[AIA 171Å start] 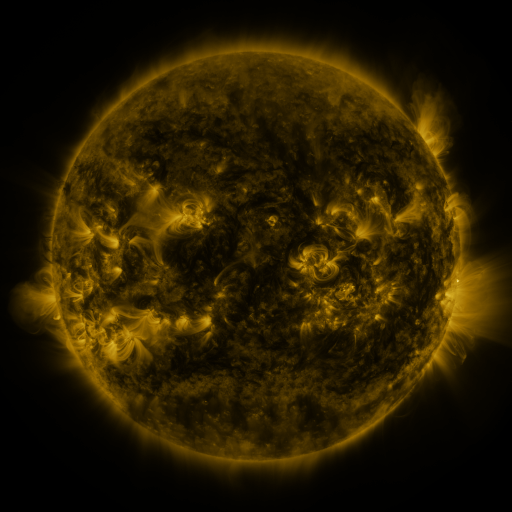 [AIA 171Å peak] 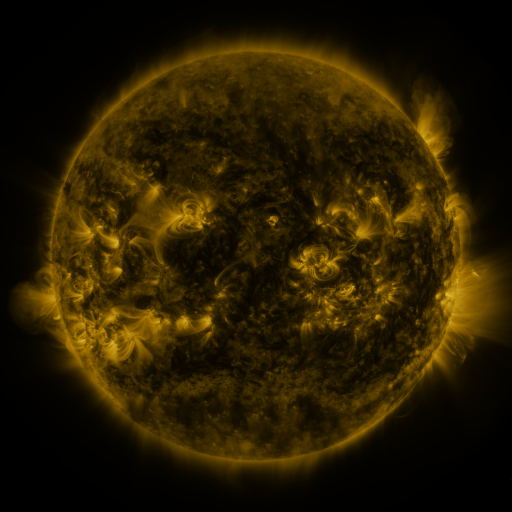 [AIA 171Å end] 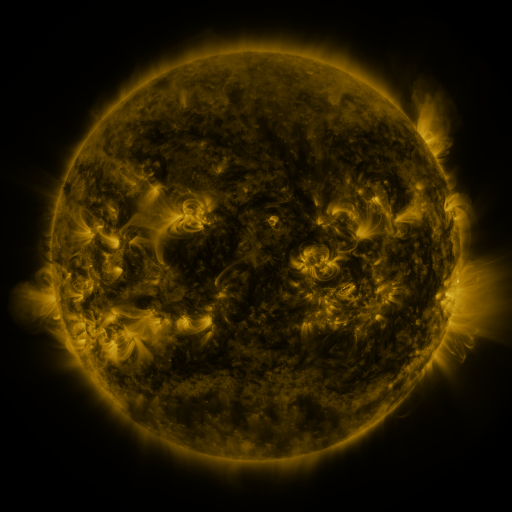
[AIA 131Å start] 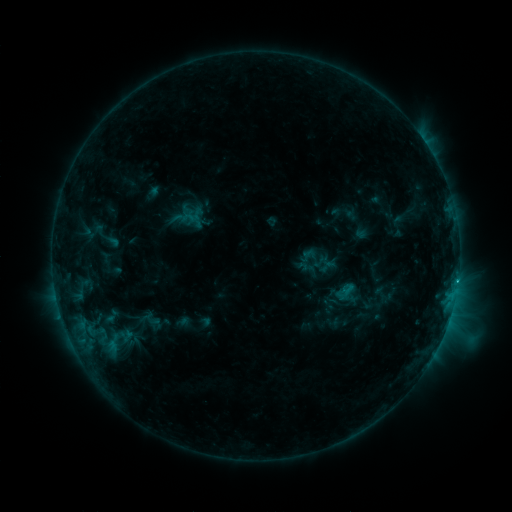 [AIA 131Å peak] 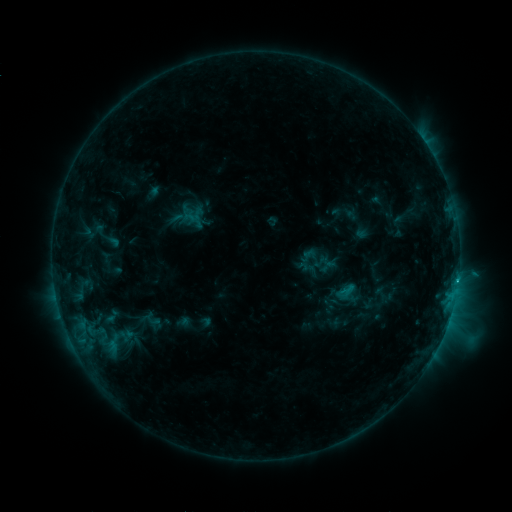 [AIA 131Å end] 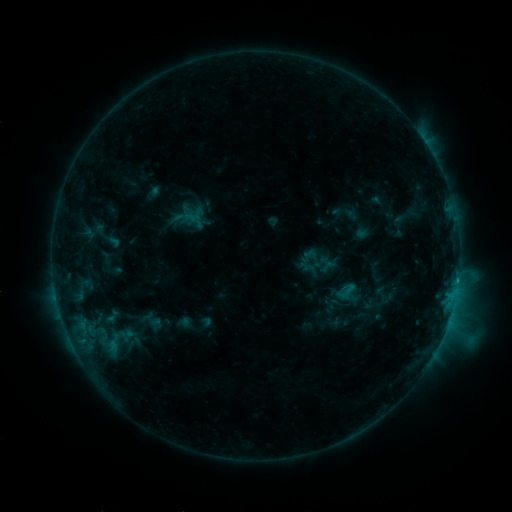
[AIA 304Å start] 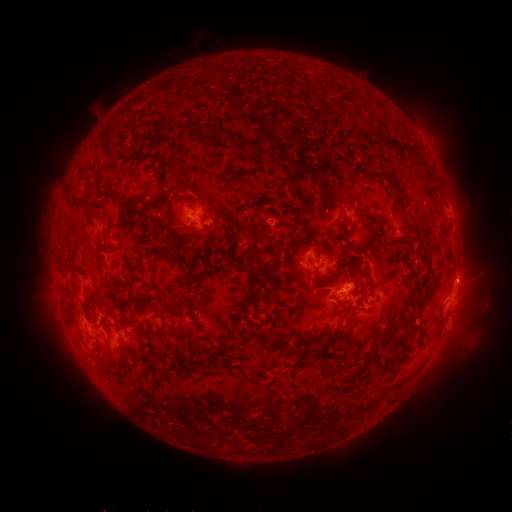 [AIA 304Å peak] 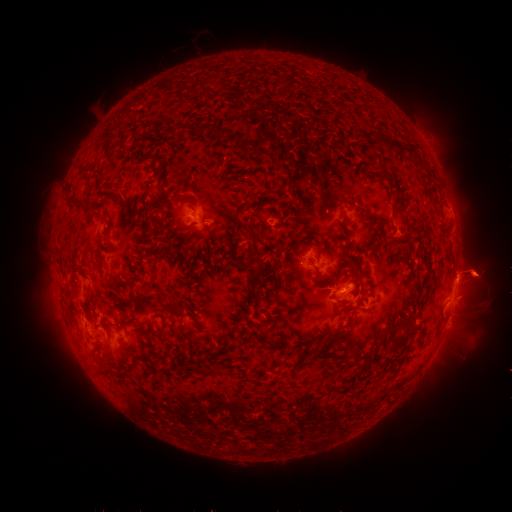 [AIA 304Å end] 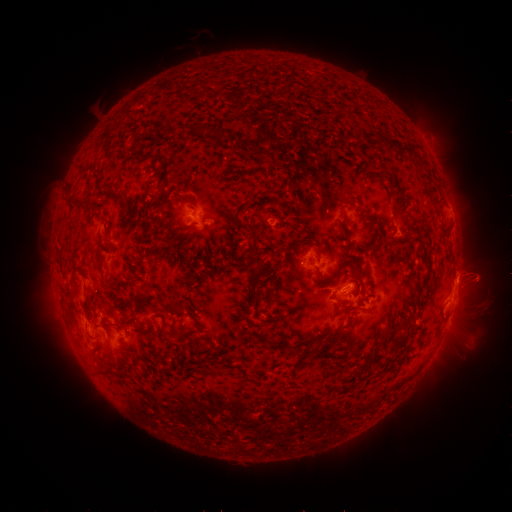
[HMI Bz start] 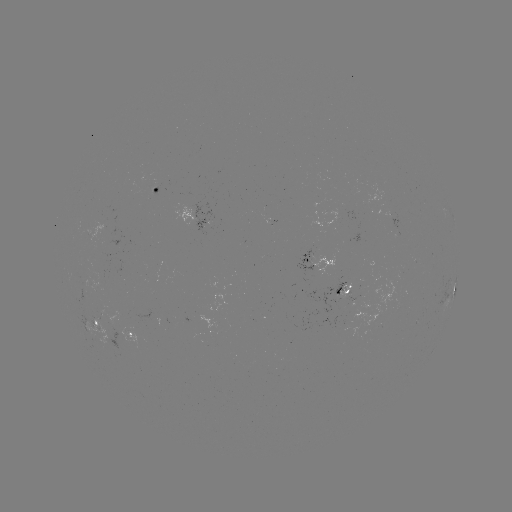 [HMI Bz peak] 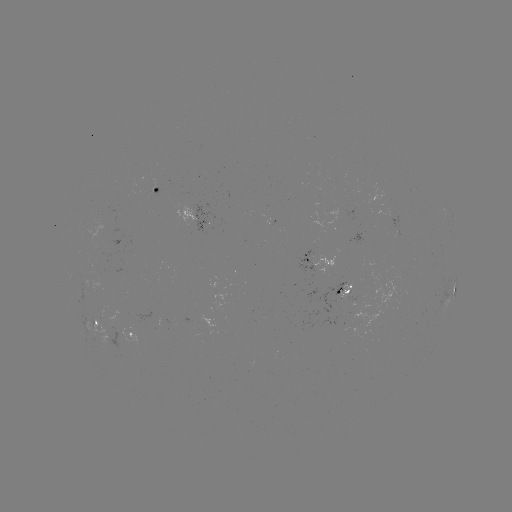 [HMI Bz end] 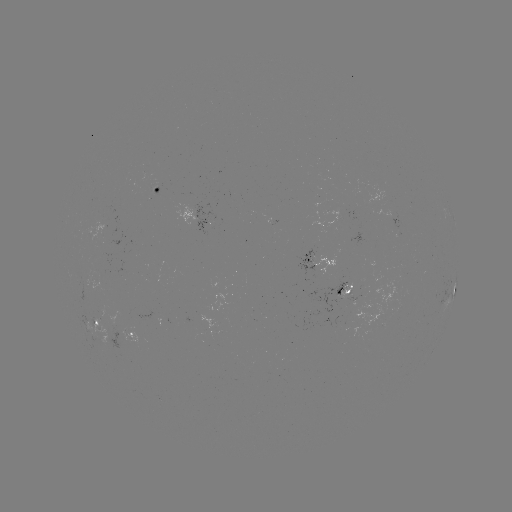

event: eruption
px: (474, 274)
